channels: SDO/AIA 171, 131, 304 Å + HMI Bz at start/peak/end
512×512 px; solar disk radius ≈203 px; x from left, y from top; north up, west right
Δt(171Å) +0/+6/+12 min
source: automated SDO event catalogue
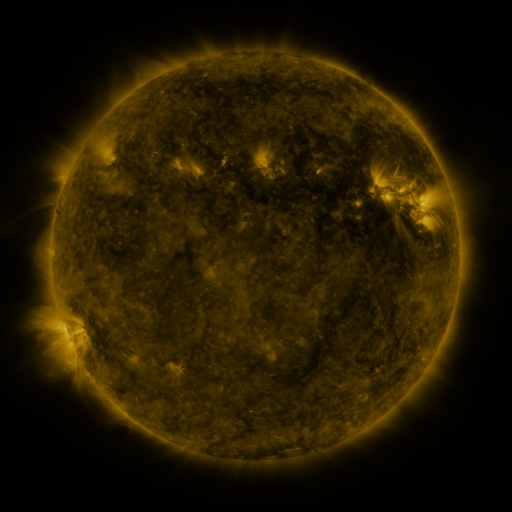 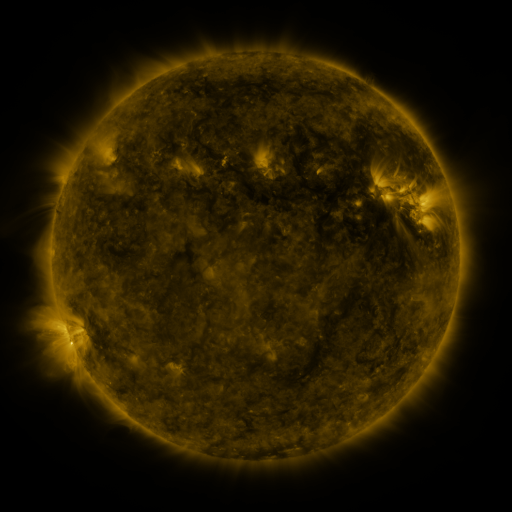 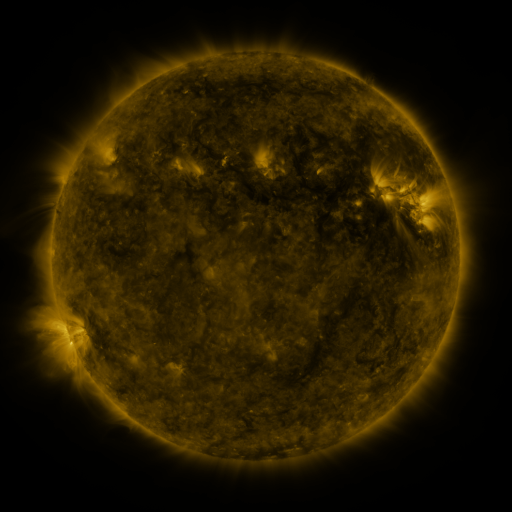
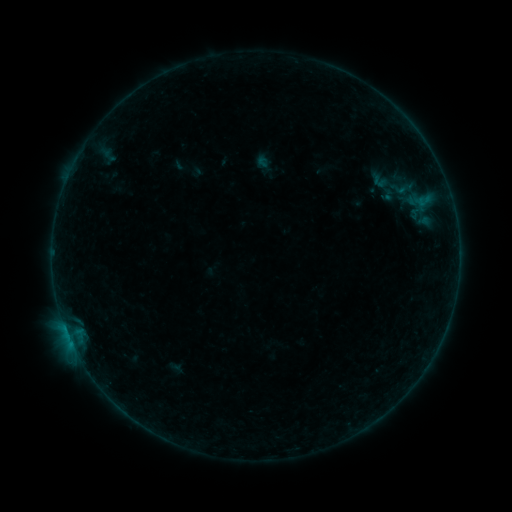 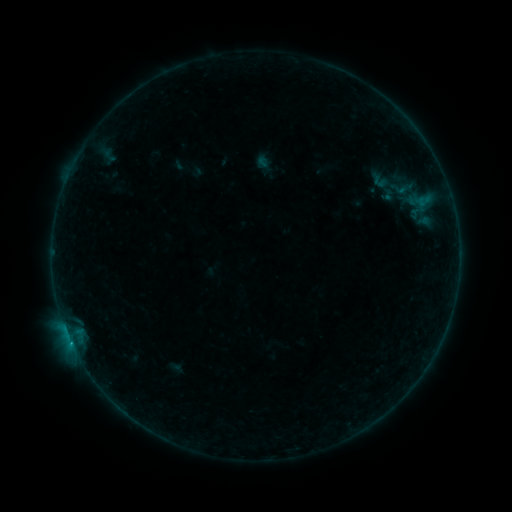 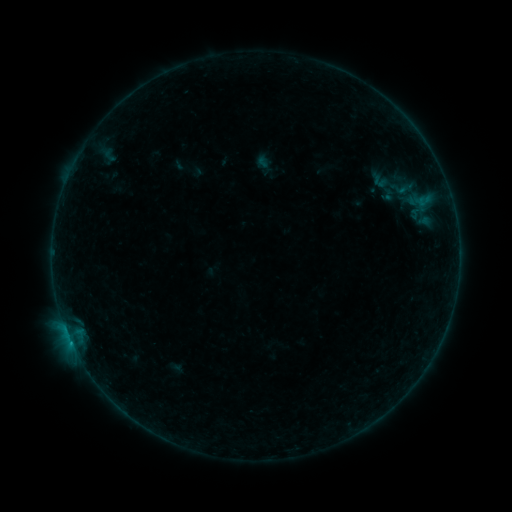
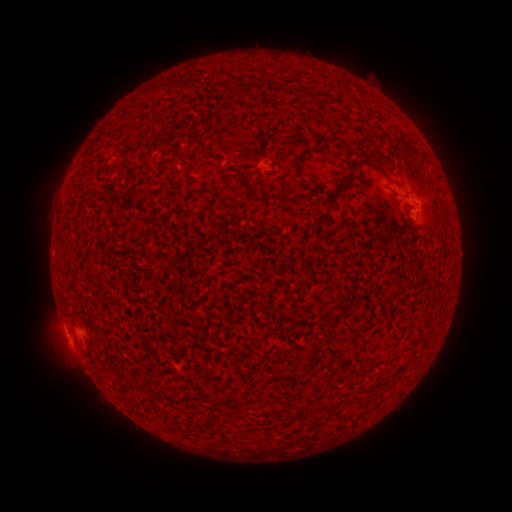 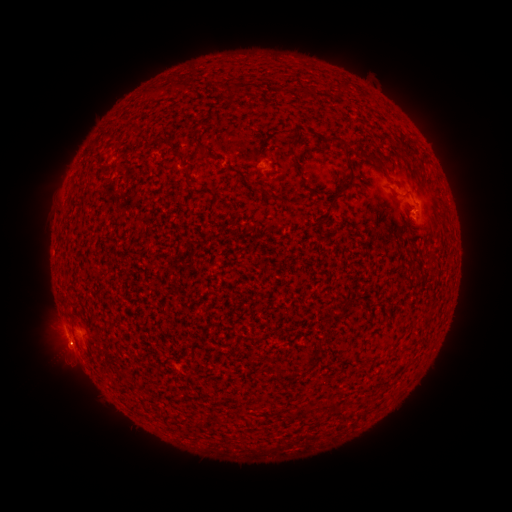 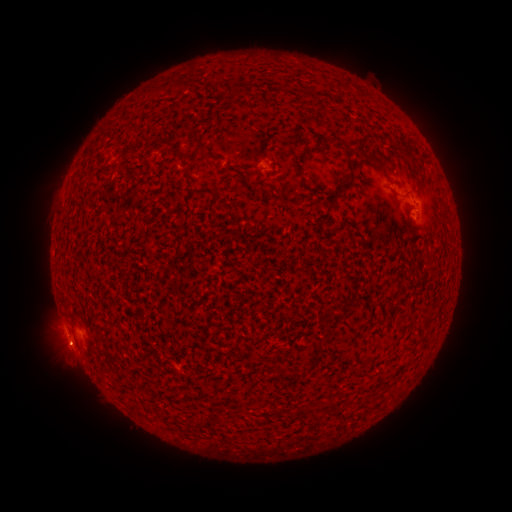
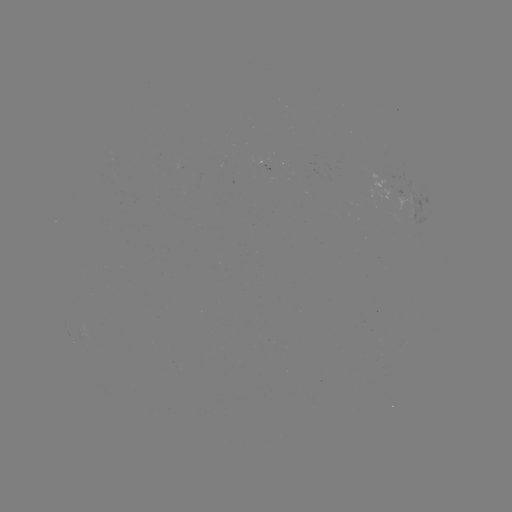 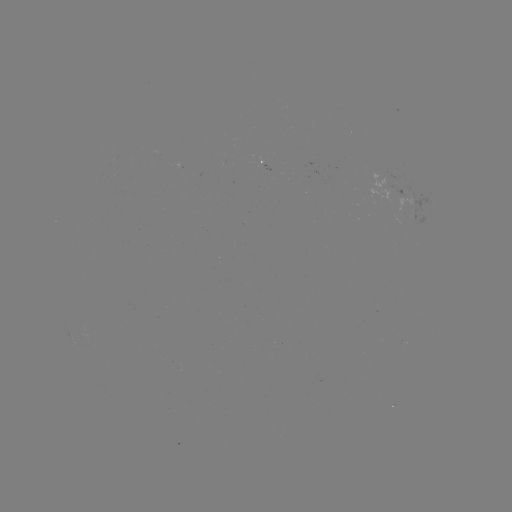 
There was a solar flare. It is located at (70, 339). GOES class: B2.5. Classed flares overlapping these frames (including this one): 1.